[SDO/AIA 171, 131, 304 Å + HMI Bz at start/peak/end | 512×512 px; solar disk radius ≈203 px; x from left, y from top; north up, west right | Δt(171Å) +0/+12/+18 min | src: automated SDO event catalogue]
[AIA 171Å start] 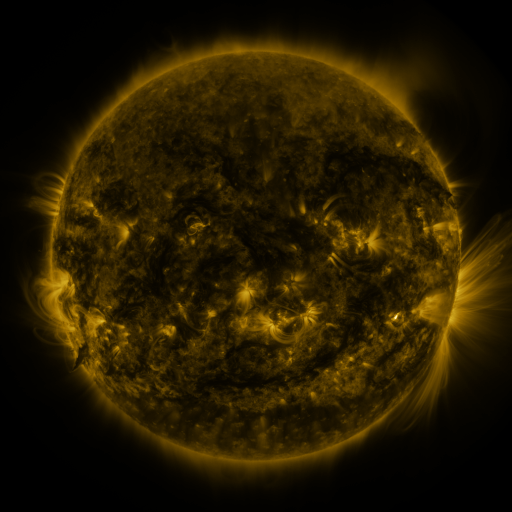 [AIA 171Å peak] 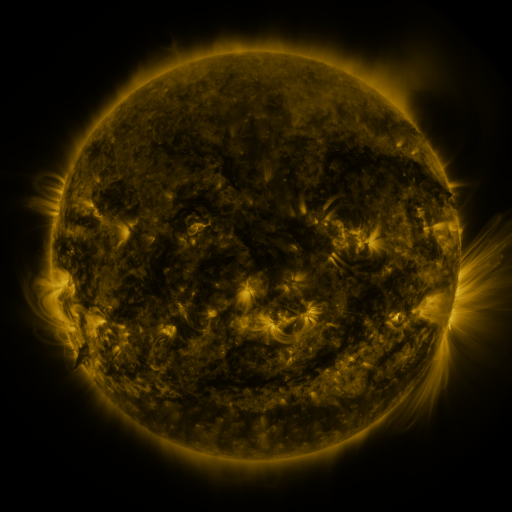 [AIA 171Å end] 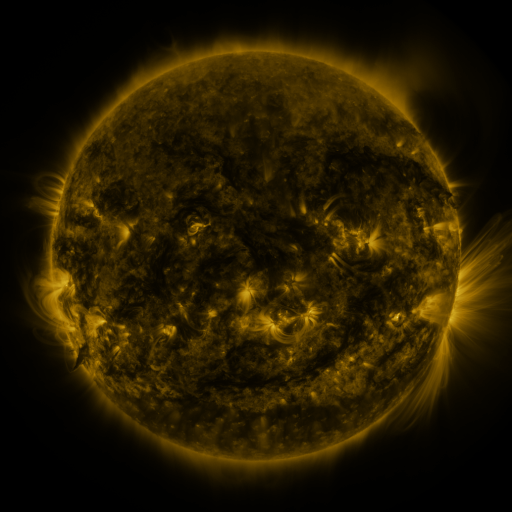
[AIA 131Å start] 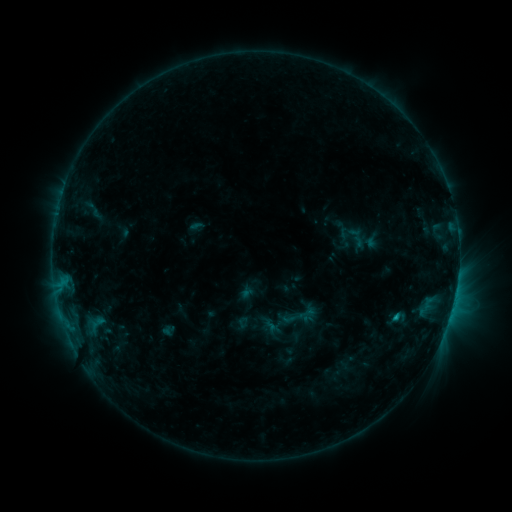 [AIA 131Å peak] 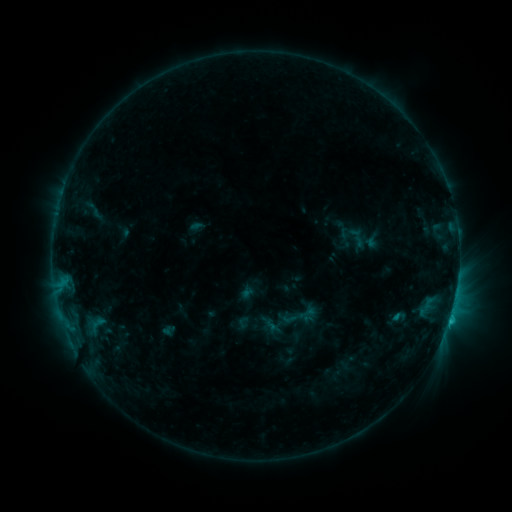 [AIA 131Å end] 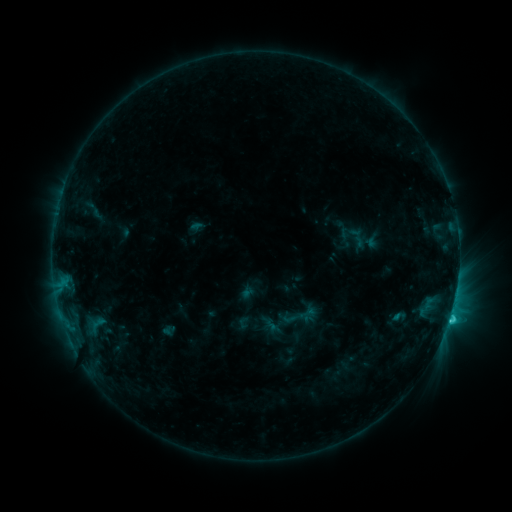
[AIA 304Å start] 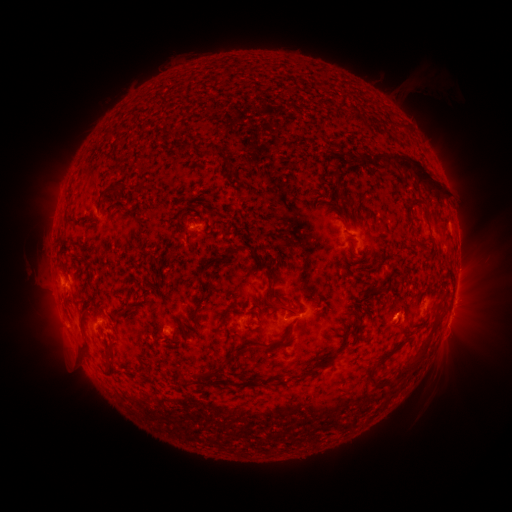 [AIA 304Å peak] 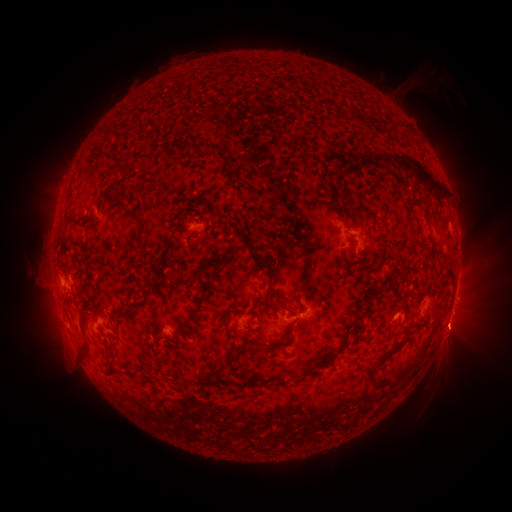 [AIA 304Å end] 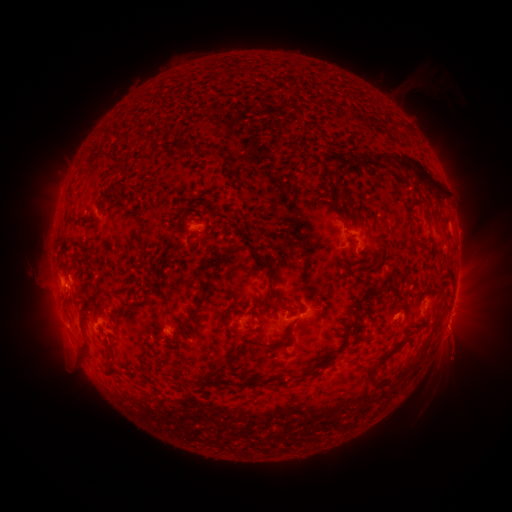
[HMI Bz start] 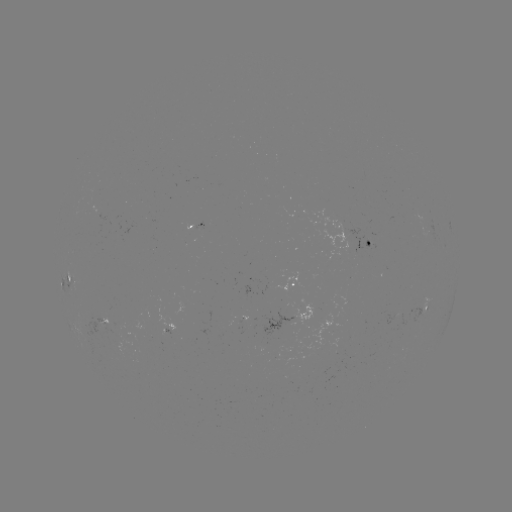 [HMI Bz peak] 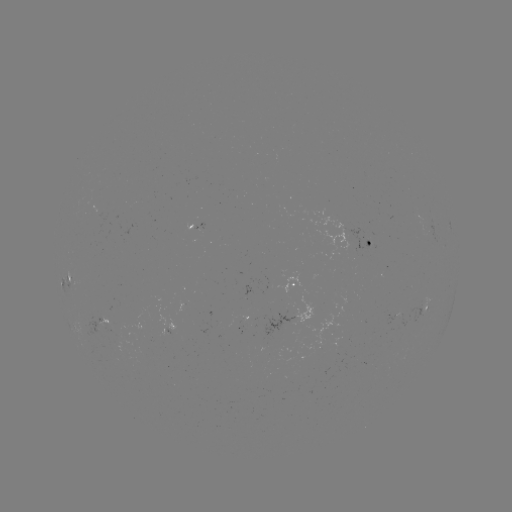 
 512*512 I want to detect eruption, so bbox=[422, 304, 487, 365].